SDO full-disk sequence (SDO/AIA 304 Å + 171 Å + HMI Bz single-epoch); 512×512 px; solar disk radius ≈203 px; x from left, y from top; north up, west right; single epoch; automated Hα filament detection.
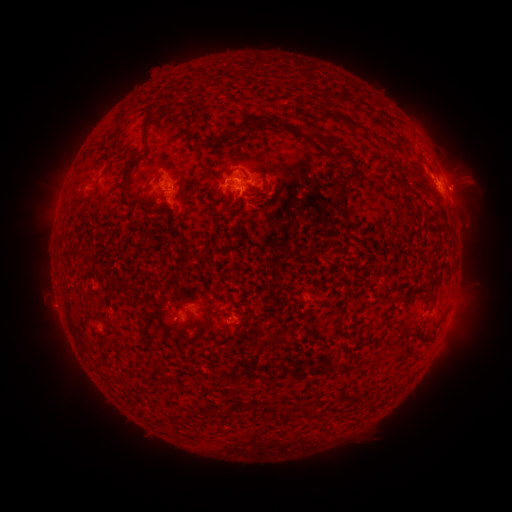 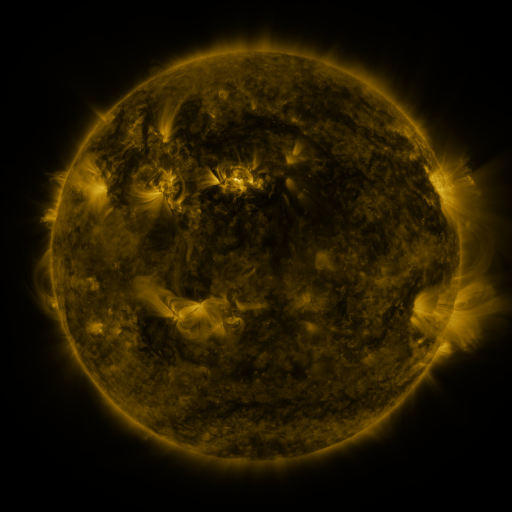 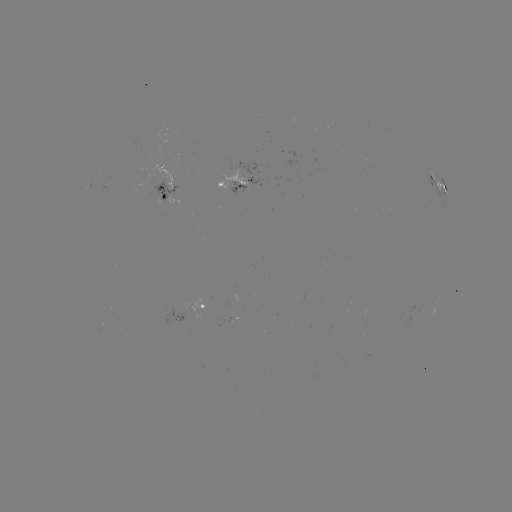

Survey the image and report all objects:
filament: [332, 112, 366, 131]
filament: [267, 116, 300, 137]
filament: [300, 116, 322, 131]
filament: [201, 117, 257, 147]
filament: [177, 129, 189, 137]
filament: [306, 129, 344, 148]
filament: [140, 130, 148, 149]
filament: [96, 139, 109, 152]
filament: [329, 147, 362, 170]
filament: [179, 176, 198, 196]
filament: [331, 190, 348, 212]
filament: [148, 199, 158, 206]
filament: [147, 201, 166, 216]
filament: [61, 248, 72, 261]
filament: [175, 297, 185, 306]
filament: [232, 307, 250, 315]
filament: [140, 309, 152, 320]
filament: [273, 335, 290, 345]
filament: [179, 337, 191, 346]
filament: [144, 339, 153, 349]
filament: [151, 366, 162, 380]
filament: [267, 403, 276, 411]
filament: [249, 404, 258, 412]
filament: [297, 405, 316, 415]
